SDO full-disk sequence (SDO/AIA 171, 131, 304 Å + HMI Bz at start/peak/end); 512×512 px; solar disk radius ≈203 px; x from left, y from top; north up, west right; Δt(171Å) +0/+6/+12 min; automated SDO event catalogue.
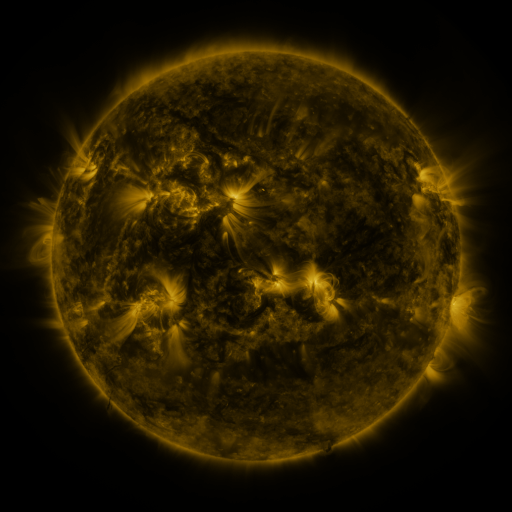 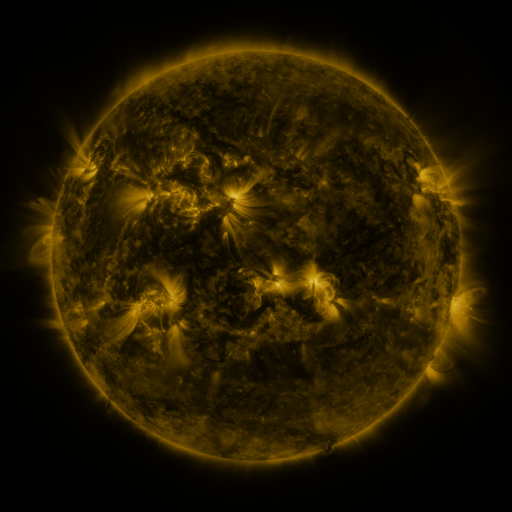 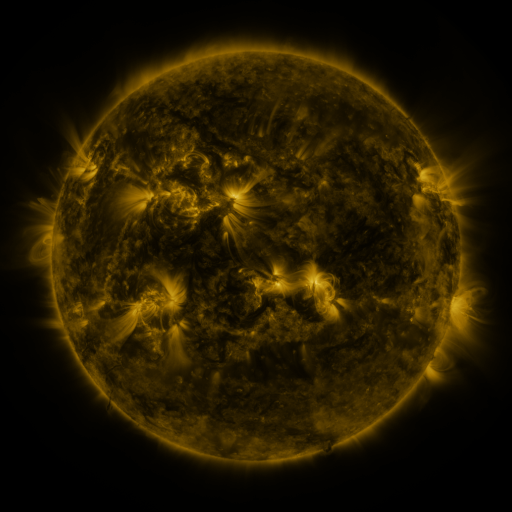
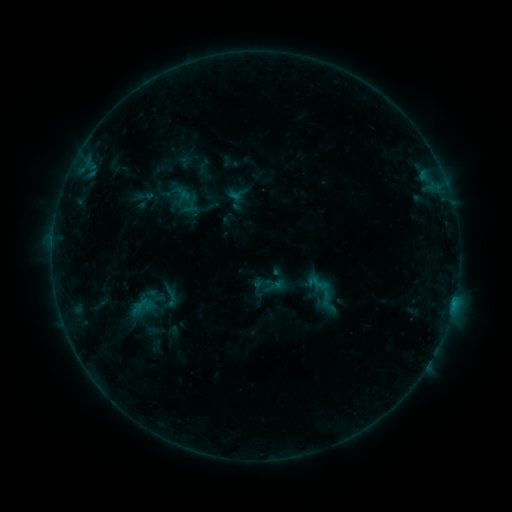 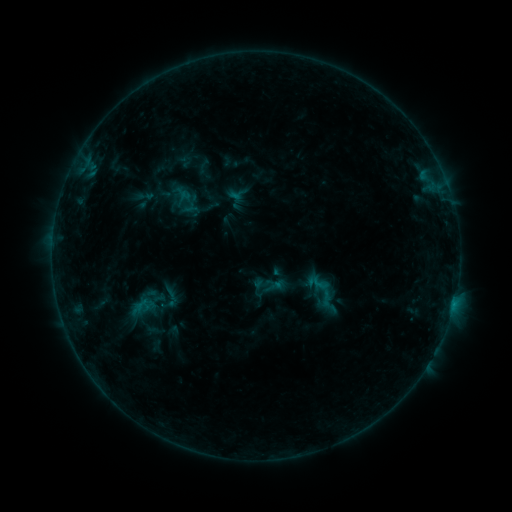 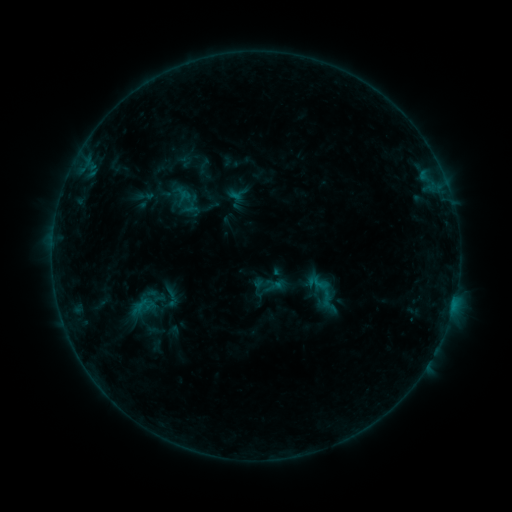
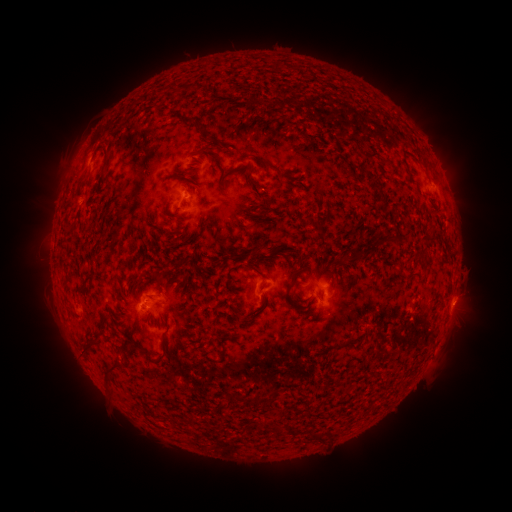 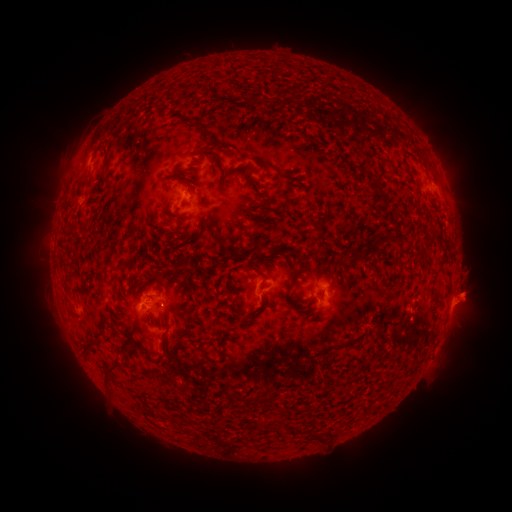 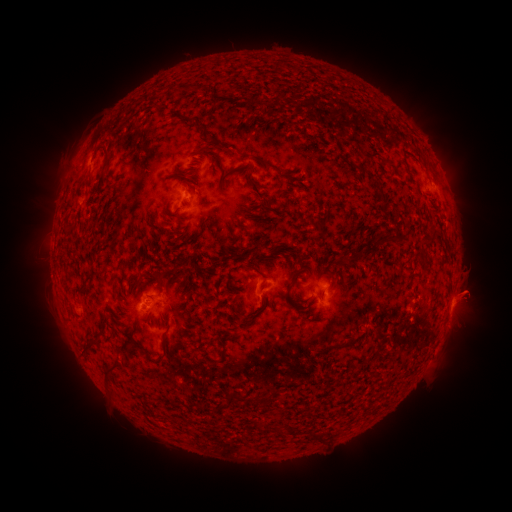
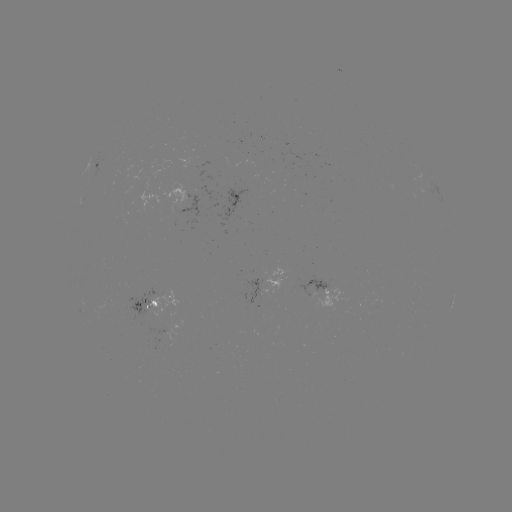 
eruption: [439, 270, 498, 327]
